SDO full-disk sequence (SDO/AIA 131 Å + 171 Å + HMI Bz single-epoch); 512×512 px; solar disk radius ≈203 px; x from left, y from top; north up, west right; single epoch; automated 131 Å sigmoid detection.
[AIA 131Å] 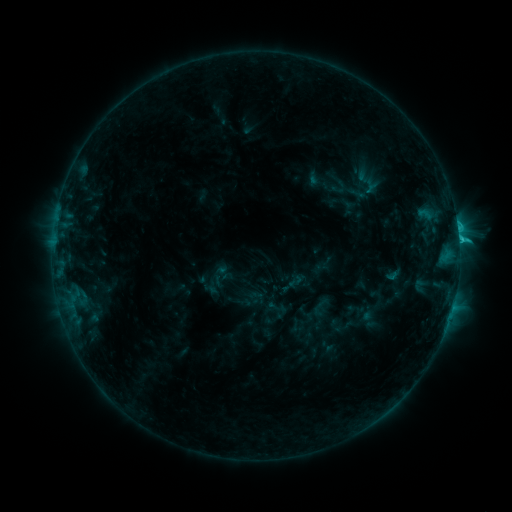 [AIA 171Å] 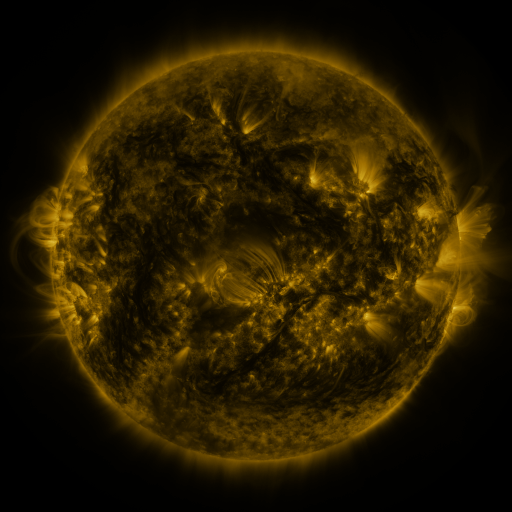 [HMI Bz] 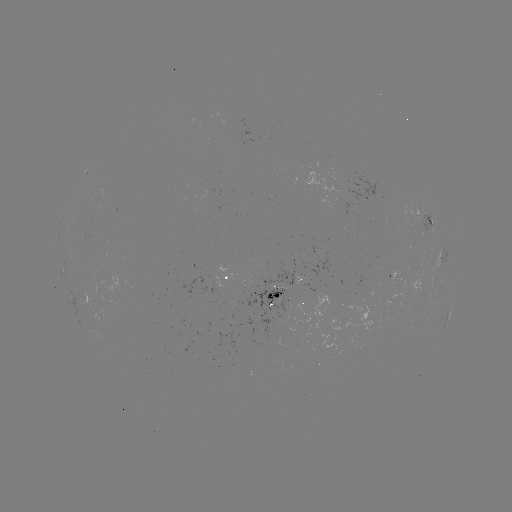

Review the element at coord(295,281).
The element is sigmoid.